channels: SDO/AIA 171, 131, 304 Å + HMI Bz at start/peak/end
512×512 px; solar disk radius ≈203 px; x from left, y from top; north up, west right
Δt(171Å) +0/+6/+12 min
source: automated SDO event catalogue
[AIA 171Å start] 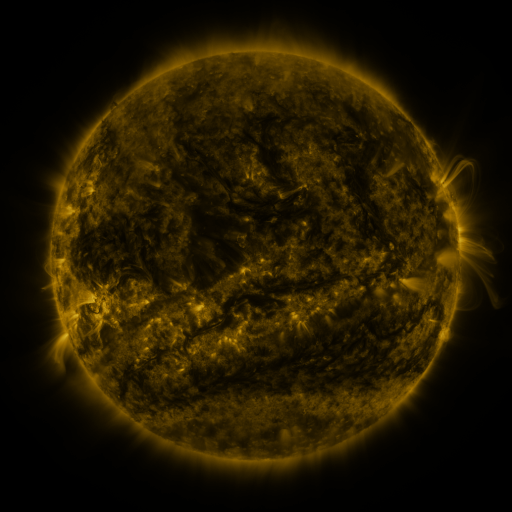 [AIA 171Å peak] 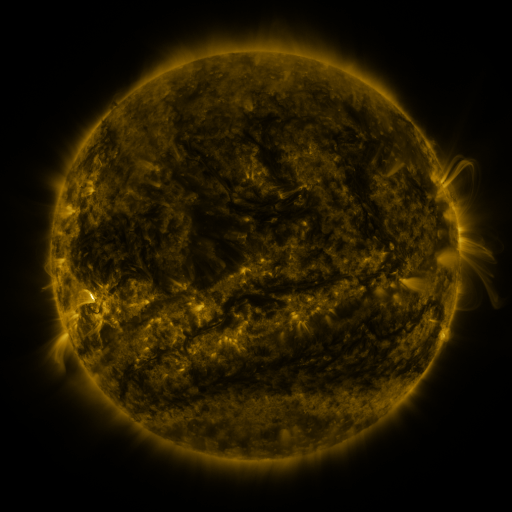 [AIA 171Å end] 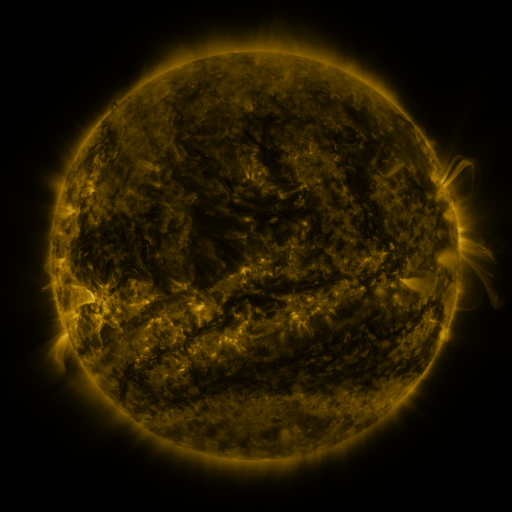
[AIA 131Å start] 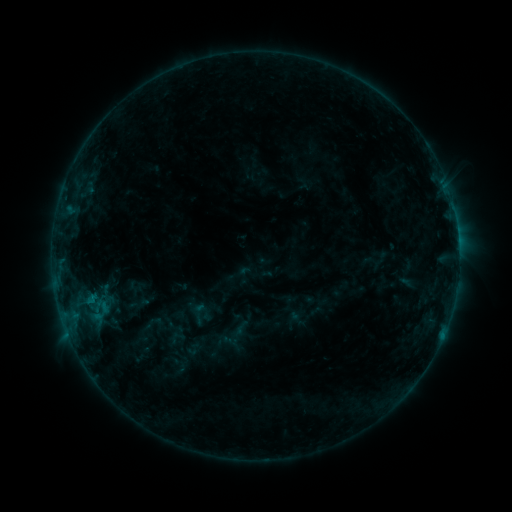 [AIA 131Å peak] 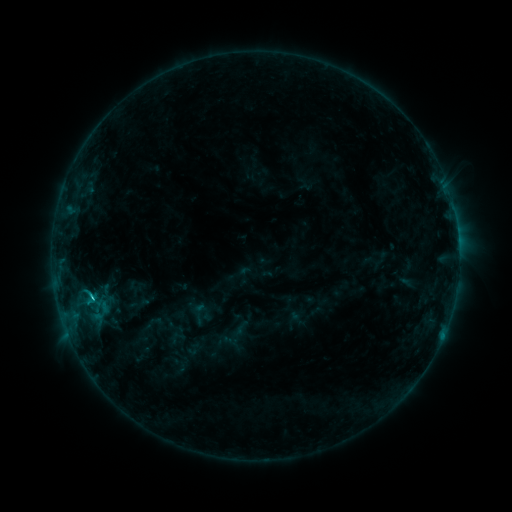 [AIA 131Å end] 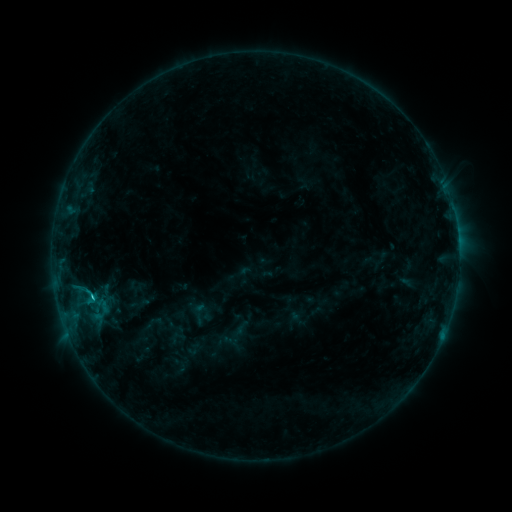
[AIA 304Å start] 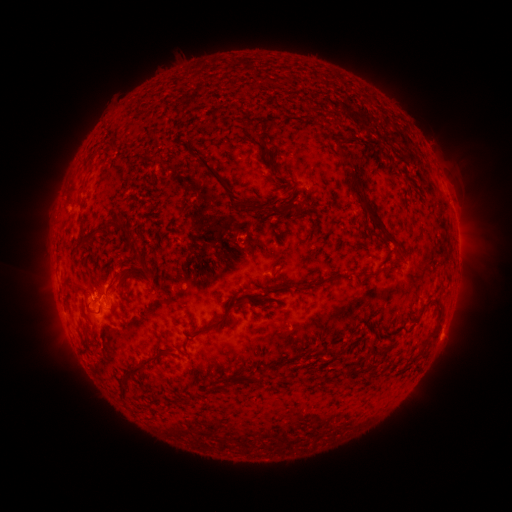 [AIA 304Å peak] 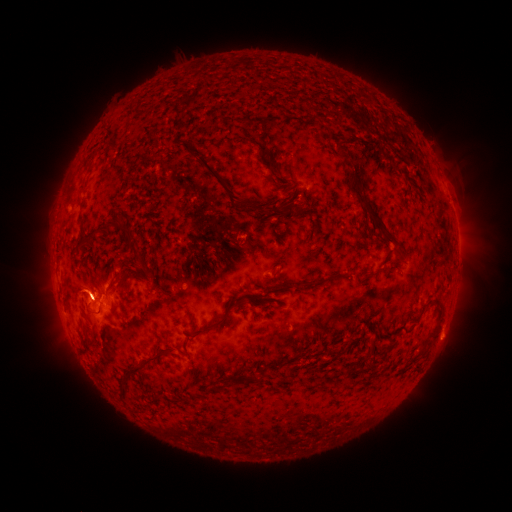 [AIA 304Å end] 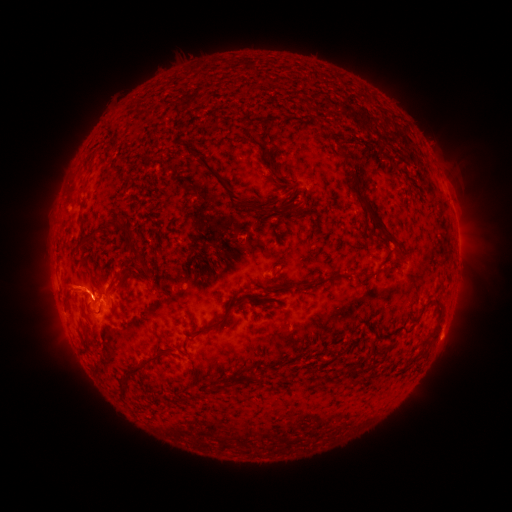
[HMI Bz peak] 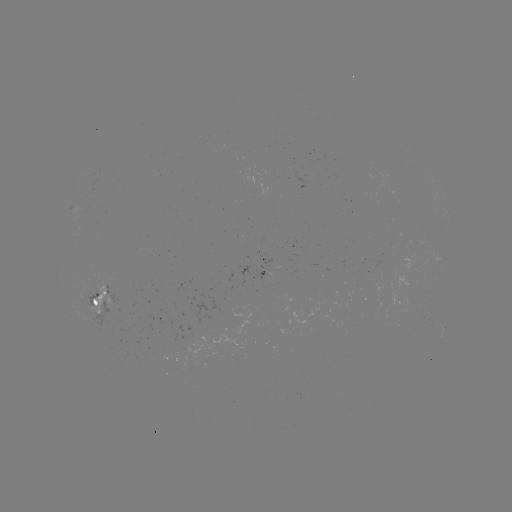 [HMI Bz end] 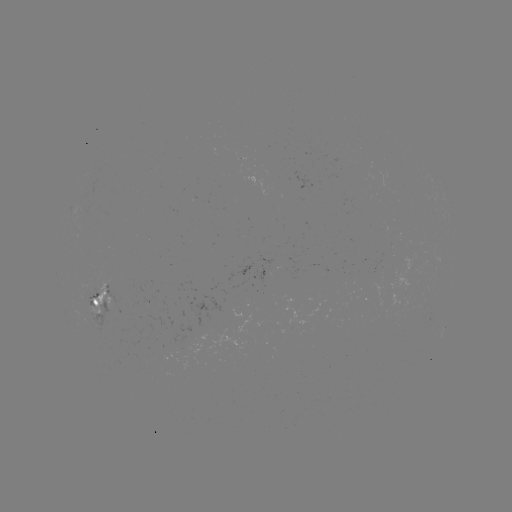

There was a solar eruption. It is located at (81, 285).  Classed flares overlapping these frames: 1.